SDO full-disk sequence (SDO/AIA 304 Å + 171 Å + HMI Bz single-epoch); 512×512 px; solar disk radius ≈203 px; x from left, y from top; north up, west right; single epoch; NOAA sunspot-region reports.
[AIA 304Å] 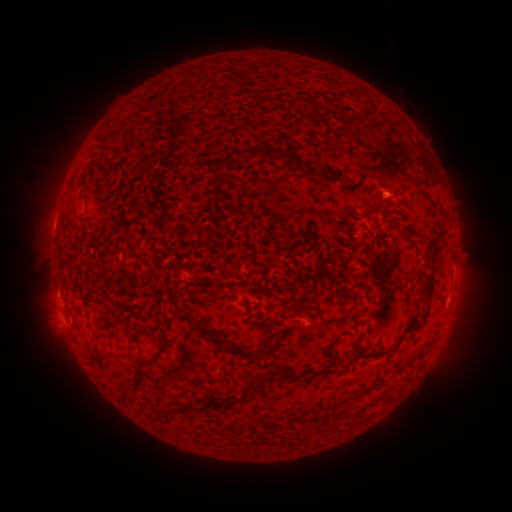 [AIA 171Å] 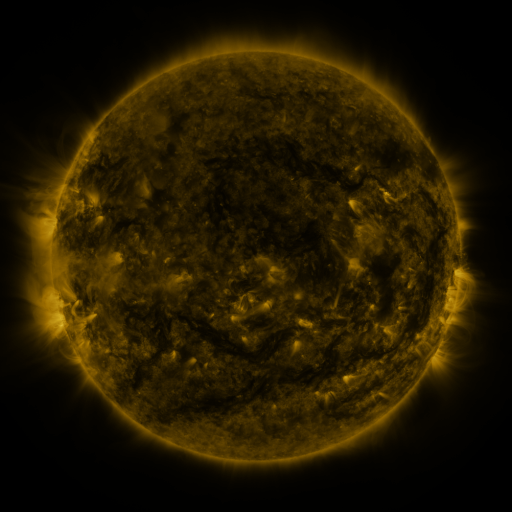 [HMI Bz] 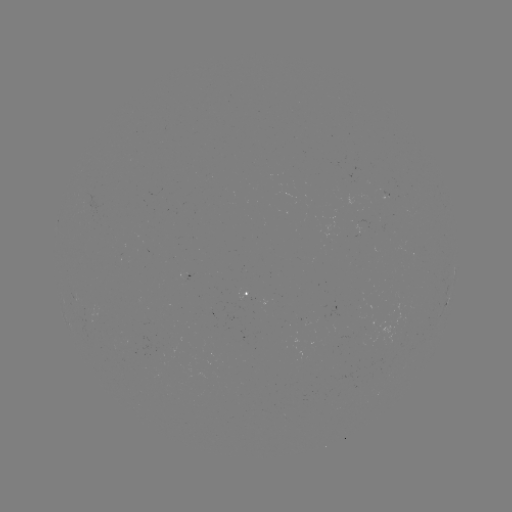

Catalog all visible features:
spotted active region: (248, 295)
spotted active region: (448, 300)
